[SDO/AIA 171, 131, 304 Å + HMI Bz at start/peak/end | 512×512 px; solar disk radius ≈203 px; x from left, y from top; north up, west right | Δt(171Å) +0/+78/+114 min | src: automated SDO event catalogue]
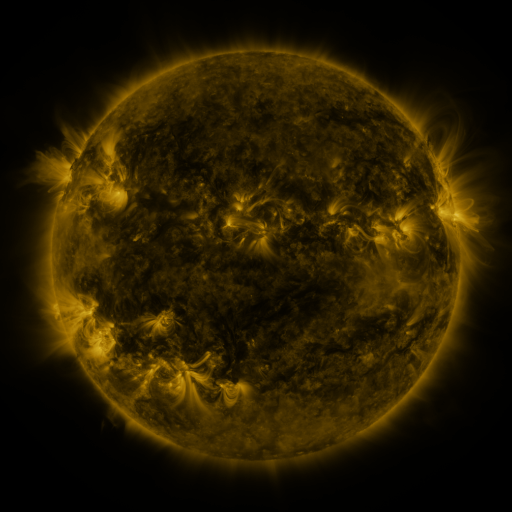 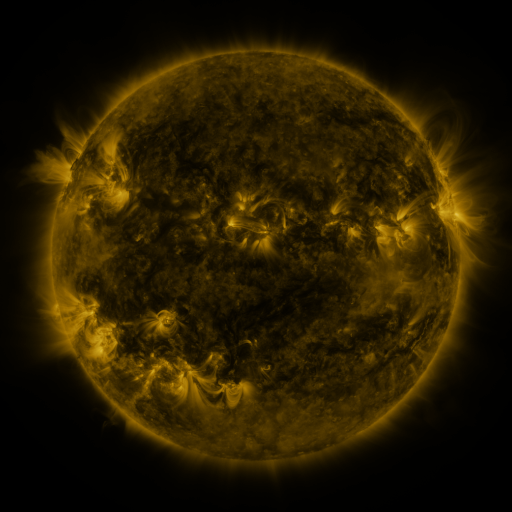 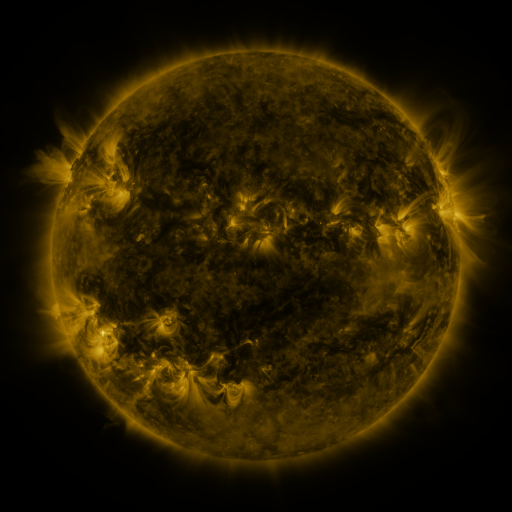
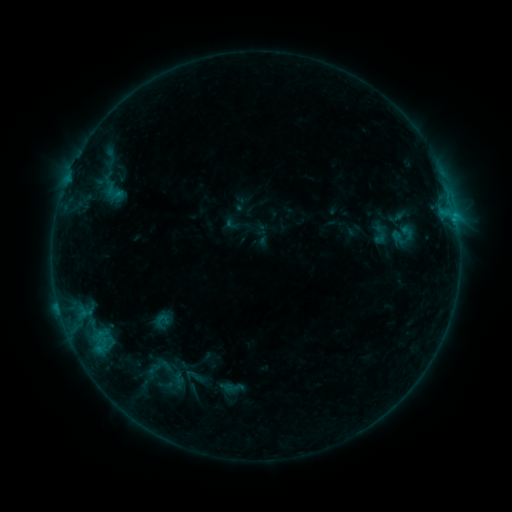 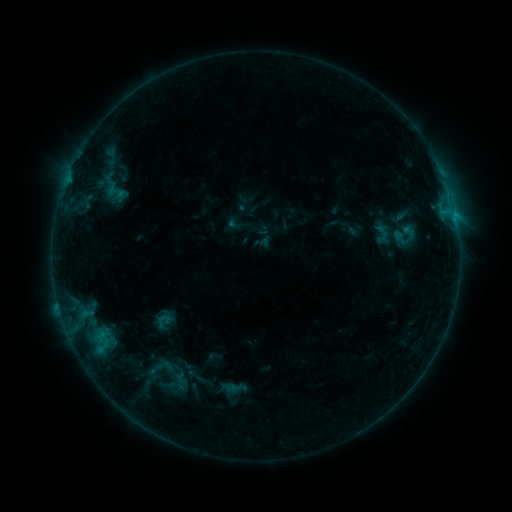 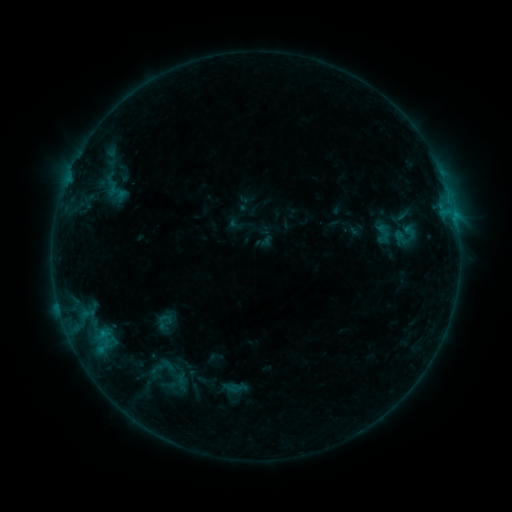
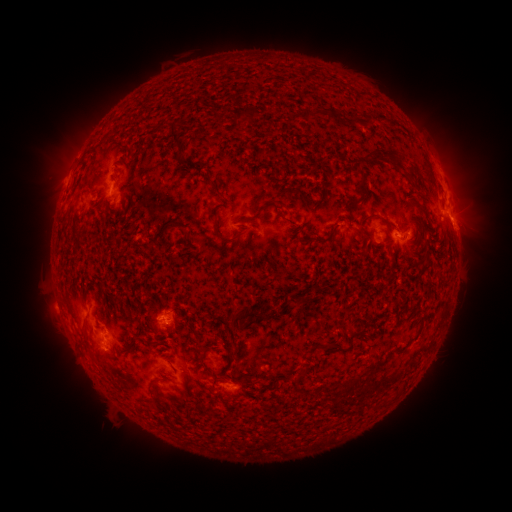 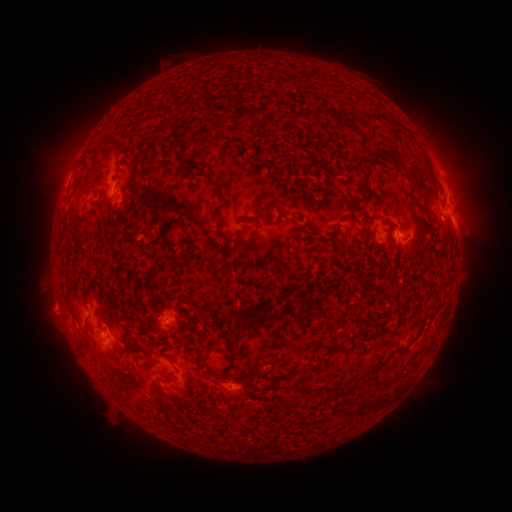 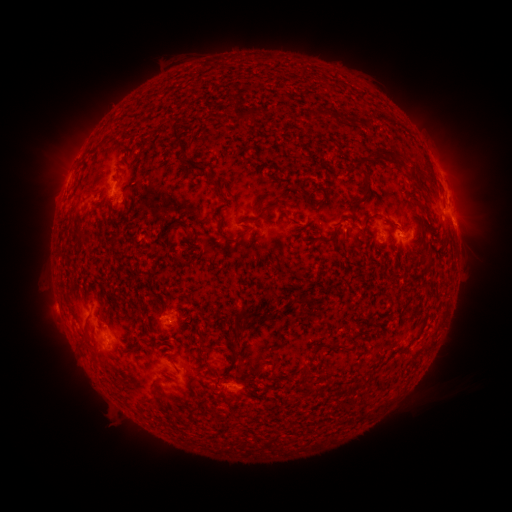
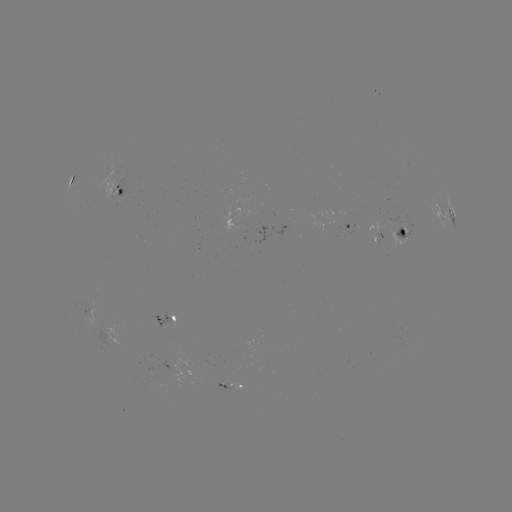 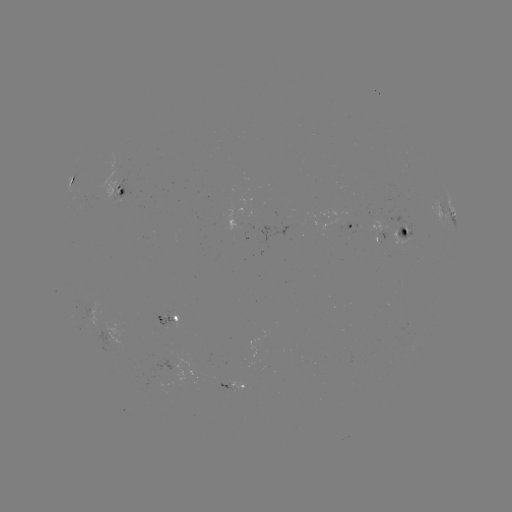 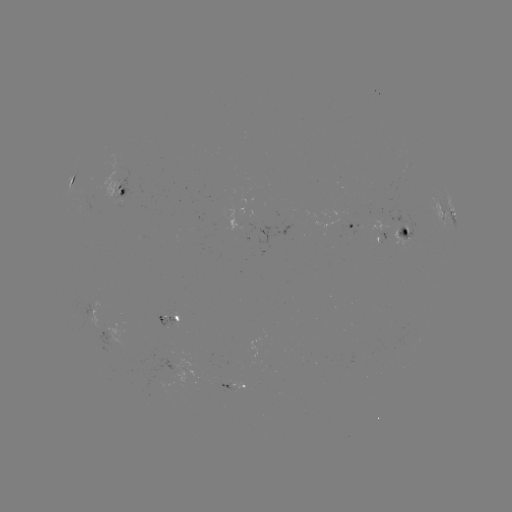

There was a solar emerging-flux region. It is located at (166, 318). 